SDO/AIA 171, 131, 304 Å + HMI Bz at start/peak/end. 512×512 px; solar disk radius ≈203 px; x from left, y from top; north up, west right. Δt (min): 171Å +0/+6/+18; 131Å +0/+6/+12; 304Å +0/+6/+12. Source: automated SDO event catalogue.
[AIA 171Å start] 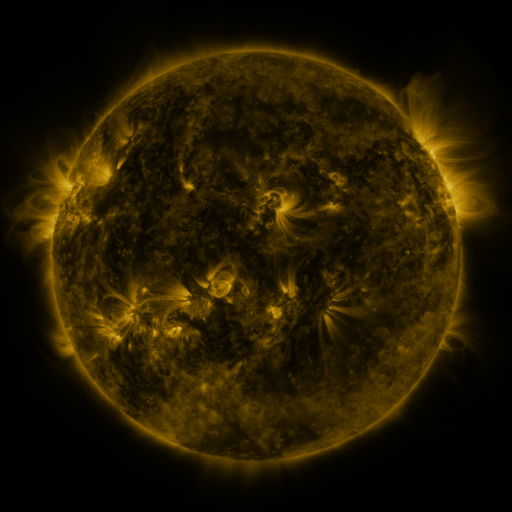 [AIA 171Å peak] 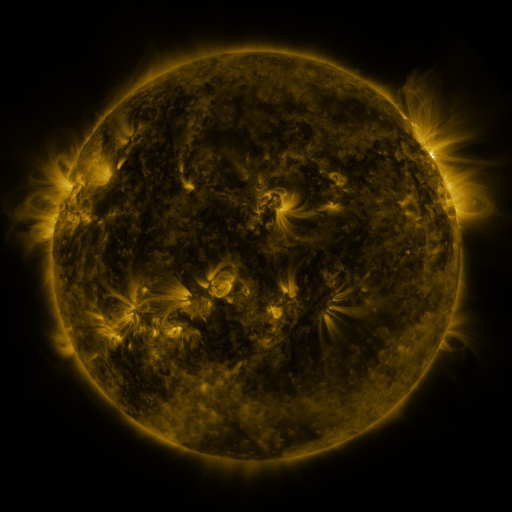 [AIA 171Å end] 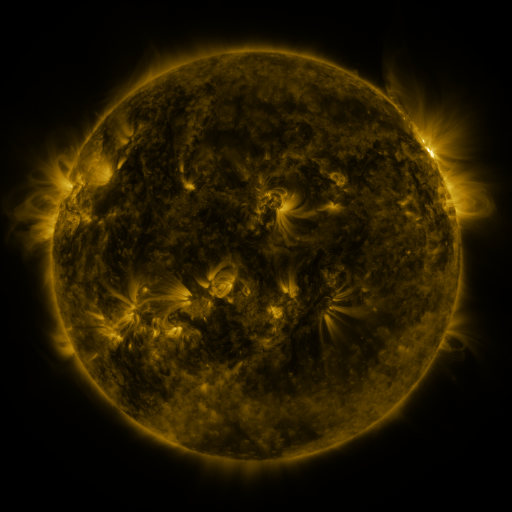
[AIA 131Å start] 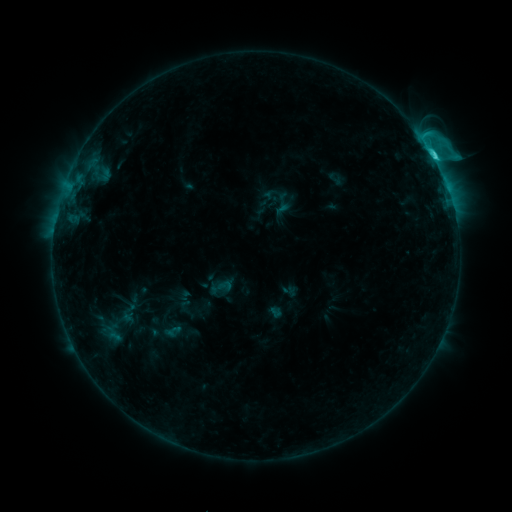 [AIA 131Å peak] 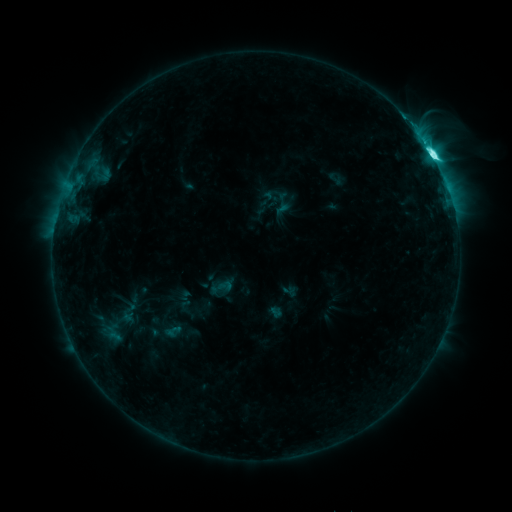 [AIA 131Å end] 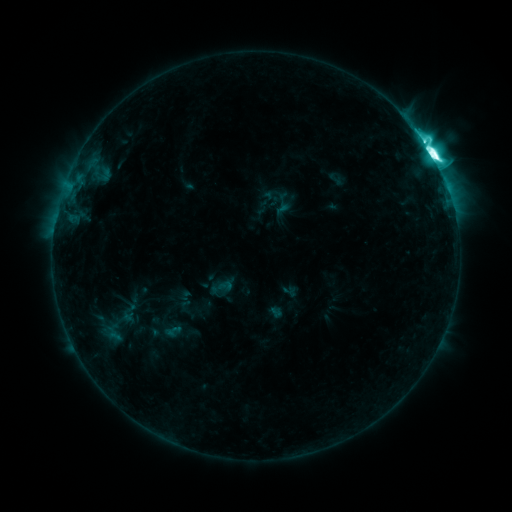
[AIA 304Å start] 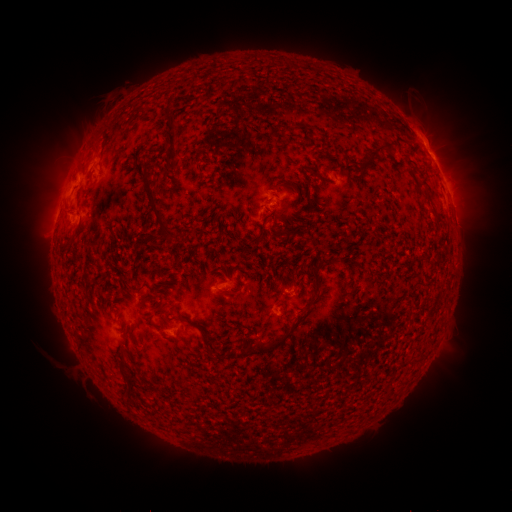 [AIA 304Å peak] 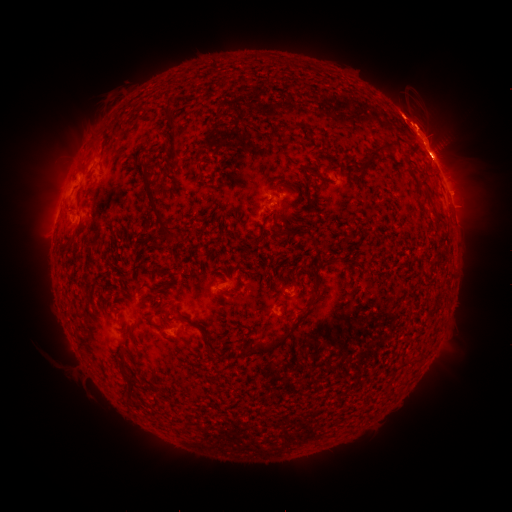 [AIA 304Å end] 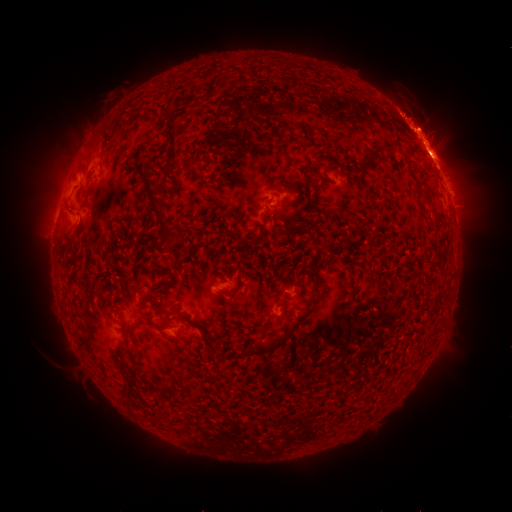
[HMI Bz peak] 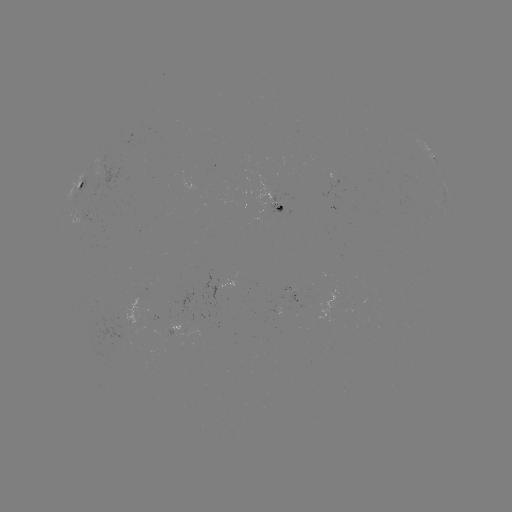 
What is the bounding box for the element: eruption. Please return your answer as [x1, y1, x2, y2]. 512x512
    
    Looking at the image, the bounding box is [372, 69, 470, 179].